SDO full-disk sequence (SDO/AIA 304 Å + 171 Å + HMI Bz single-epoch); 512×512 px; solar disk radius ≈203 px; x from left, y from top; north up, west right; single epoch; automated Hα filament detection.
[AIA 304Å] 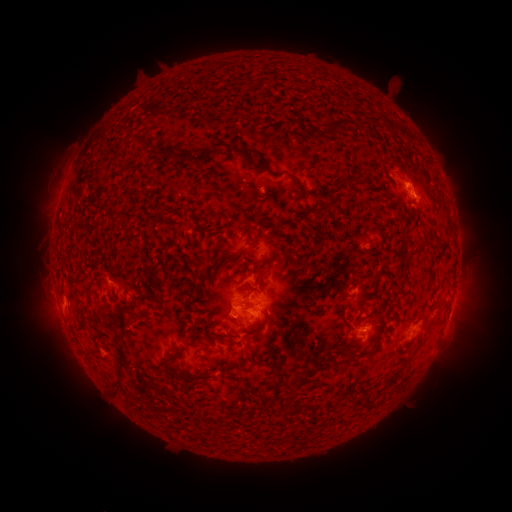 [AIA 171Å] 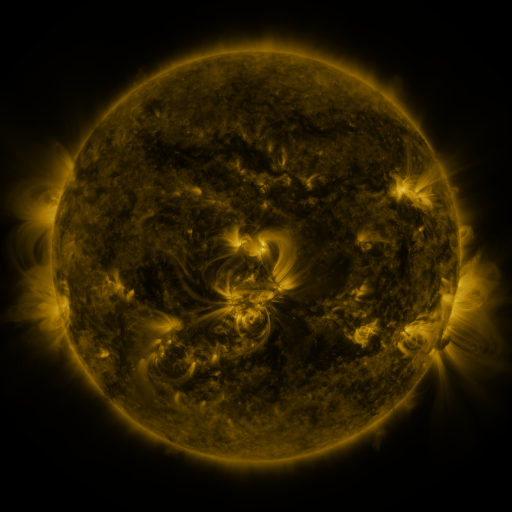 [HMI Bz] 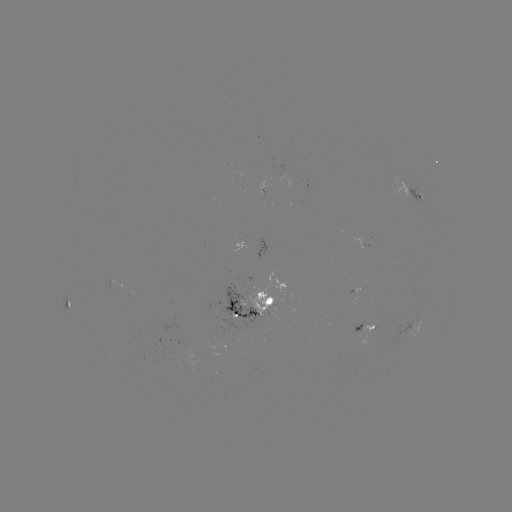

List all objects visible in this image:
filament: (241, 88)
filament: (338, 122)
filament: (386, 128)
filament: (143, 148)
filament: (231, 149)
filament: (167, 152)
filament: (300, 187)
filament: (330, 198)
filament: (269, 221)
filament: (243, 231)
filament: (420, 242)
filament: (286, 244)
filament: (213, 250)
filament: (288, 256)
filament: (199, 267)
filament: (288, 272)
filament: (259, 273)
filament: (156, 280)
filament: (247, 295)
filament: (201, 297)
filament: (251, 305)
filament: (132, 314)
filament: (263, 320)
filament: (83, 322)
filament: (120, 323)
filament: (225, 337)
filament: (379, 346)
filament: (188, 348)
filament: (92, 354)
filament: (124, 371)
filament: (400, 372)
filament: (302, 376)
filament: (197, 377)
